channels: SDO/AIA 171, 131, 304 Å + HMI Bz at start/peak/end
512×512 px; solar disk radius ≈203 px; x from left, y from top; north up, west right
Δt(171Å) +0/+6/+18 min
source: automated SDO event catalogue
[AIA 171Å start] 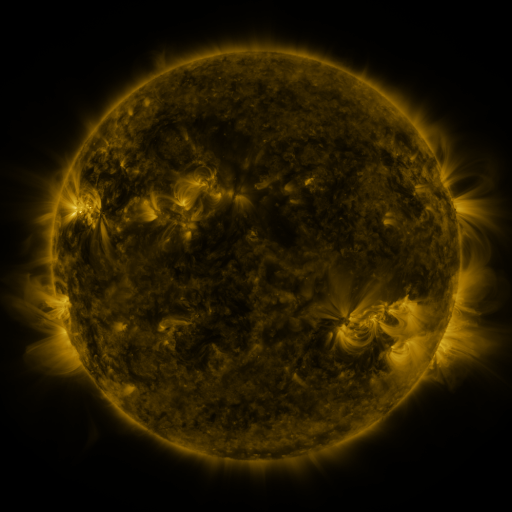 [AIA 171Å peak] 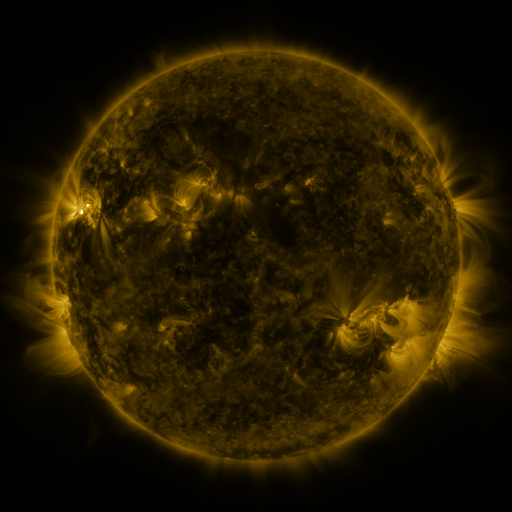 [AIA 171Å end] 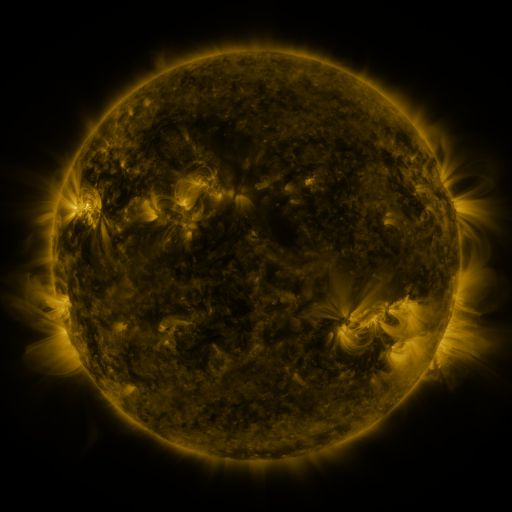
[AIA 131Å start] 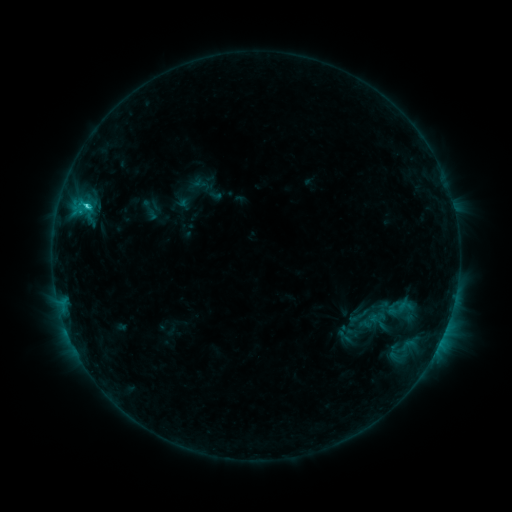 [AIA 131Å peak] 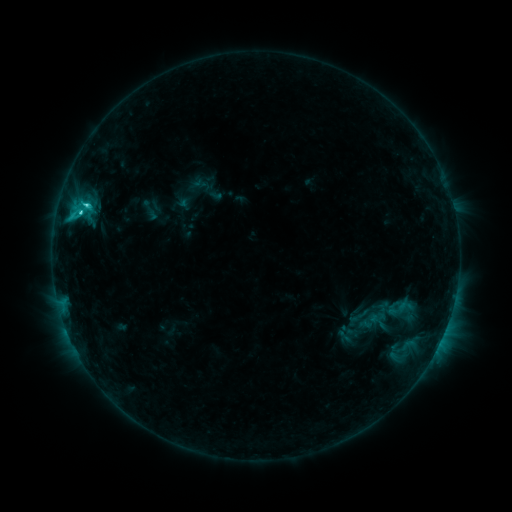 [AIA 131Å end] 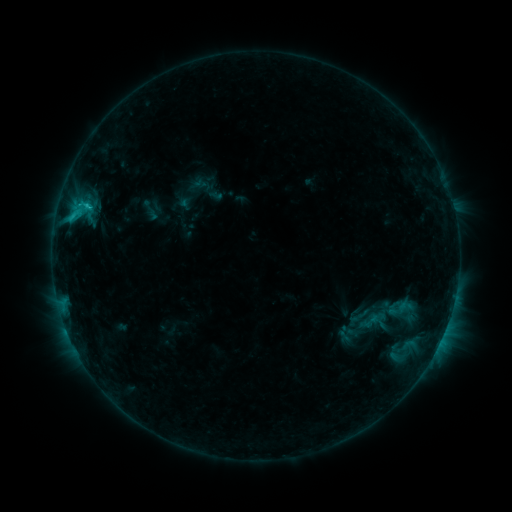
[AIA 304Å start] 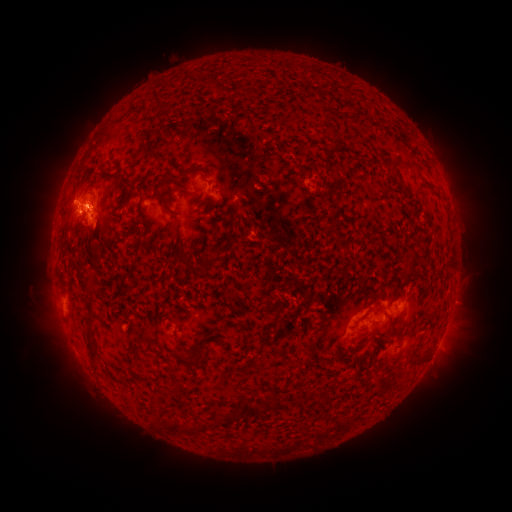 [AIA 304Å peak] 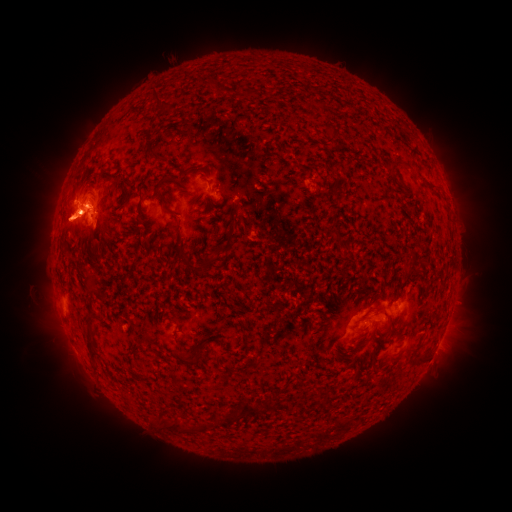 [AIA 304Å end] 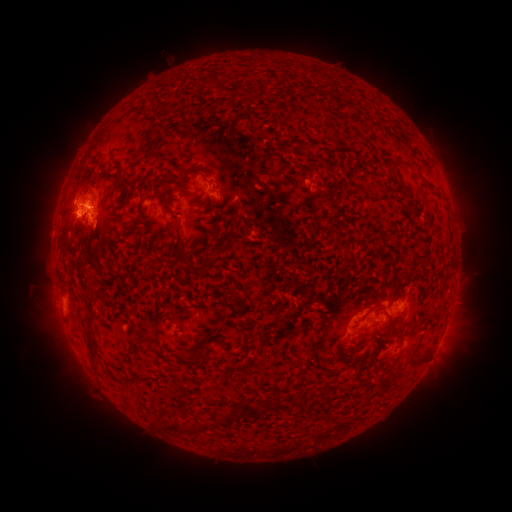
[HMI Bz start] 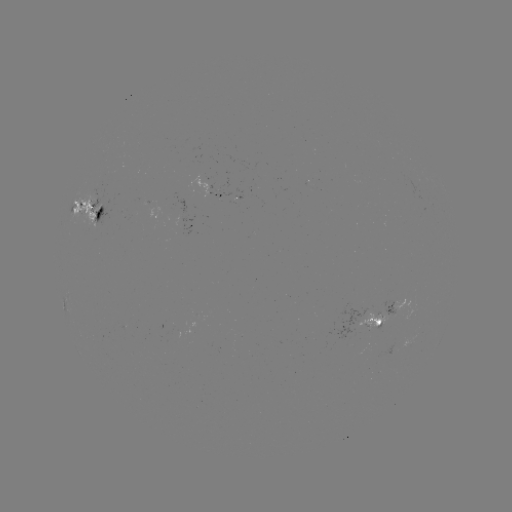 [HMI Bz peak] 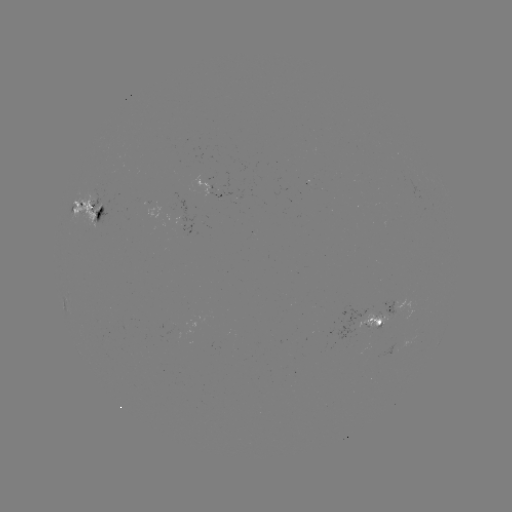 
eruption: [0, 158, 124, 260]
